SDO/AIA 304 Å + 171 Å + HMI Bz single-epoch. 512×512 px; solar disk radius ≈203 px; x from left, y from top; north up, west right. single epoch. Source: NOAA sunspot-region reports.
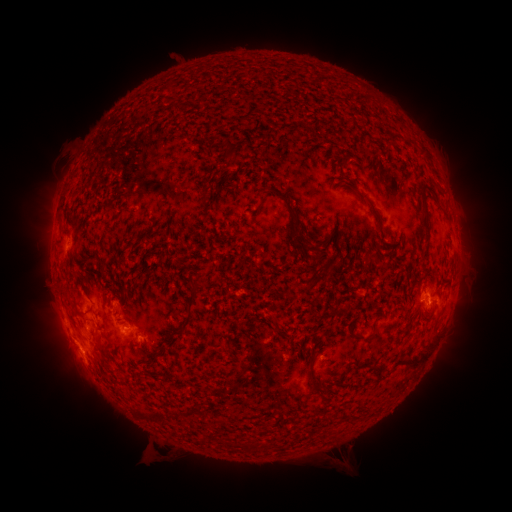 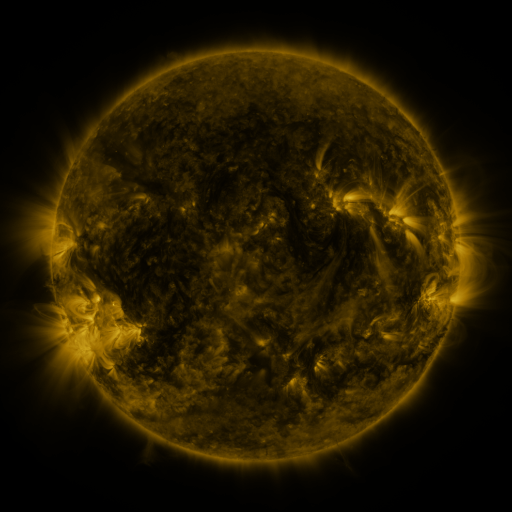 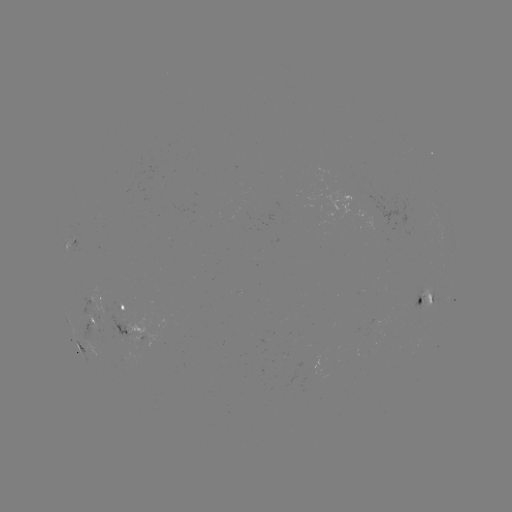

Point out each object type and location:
spotted active region: (73, 243)
spotted active region: (427, 296)
spotted active region: (100, 297)
spotted active region: (126, 308)
spotted active region: (91, 320)
spotted active region: (132, 328)
spotted active region: (147, 335)
spotted active region: (78, 342)
